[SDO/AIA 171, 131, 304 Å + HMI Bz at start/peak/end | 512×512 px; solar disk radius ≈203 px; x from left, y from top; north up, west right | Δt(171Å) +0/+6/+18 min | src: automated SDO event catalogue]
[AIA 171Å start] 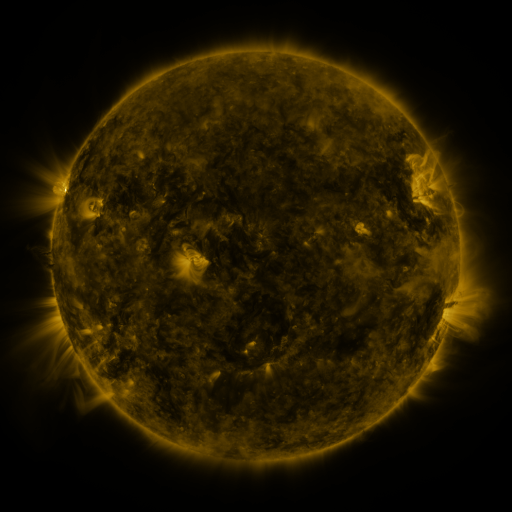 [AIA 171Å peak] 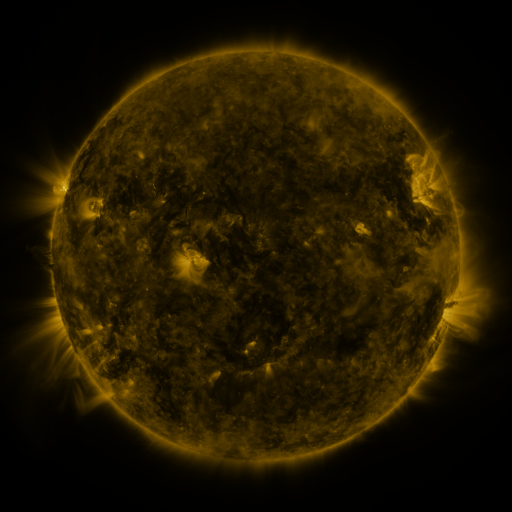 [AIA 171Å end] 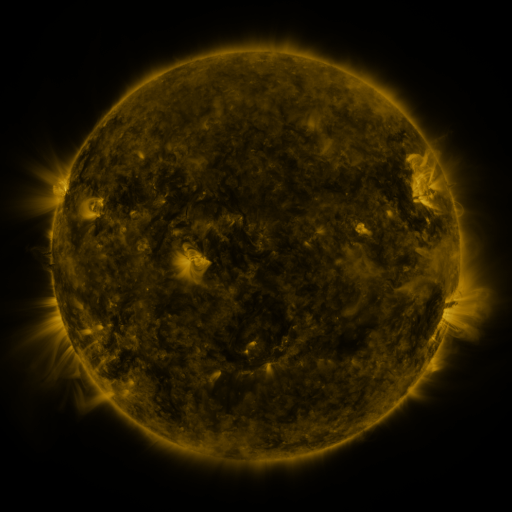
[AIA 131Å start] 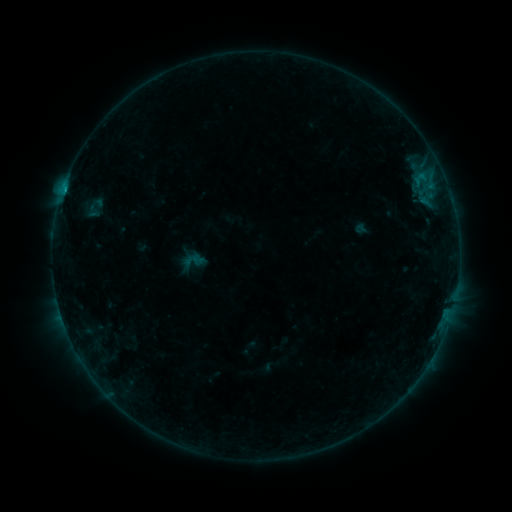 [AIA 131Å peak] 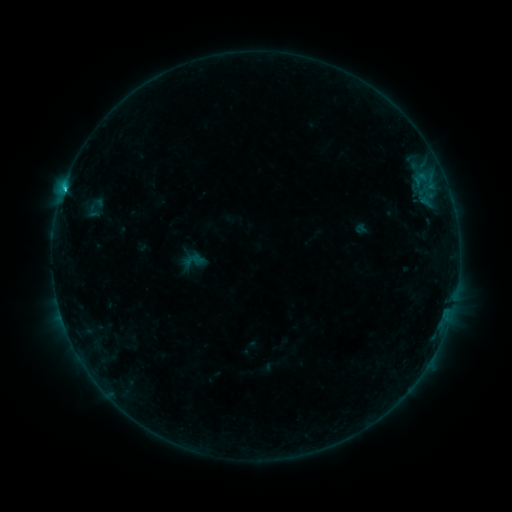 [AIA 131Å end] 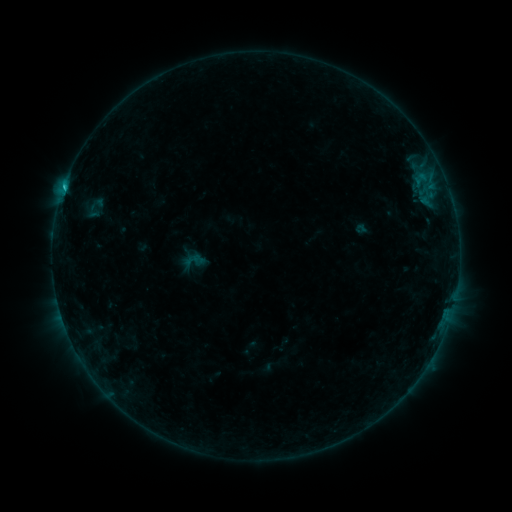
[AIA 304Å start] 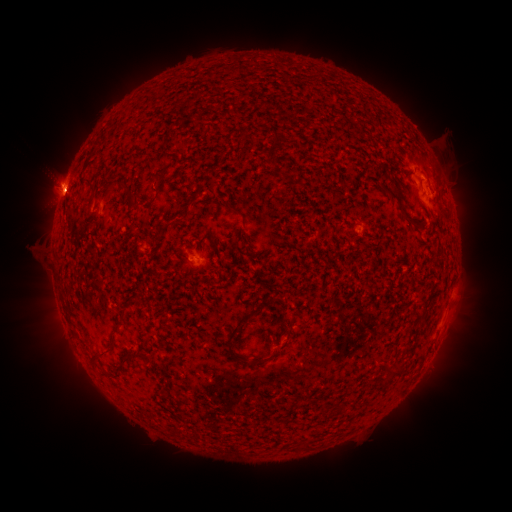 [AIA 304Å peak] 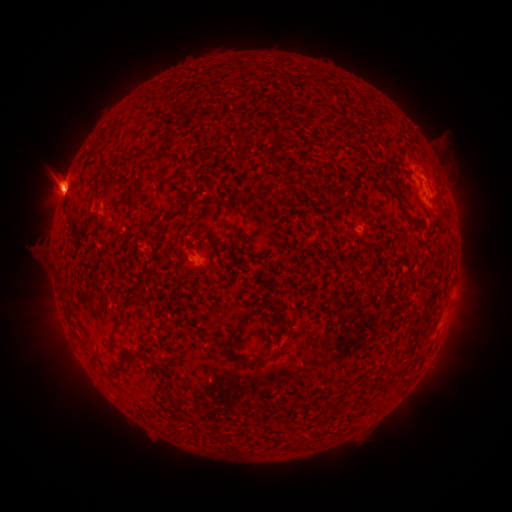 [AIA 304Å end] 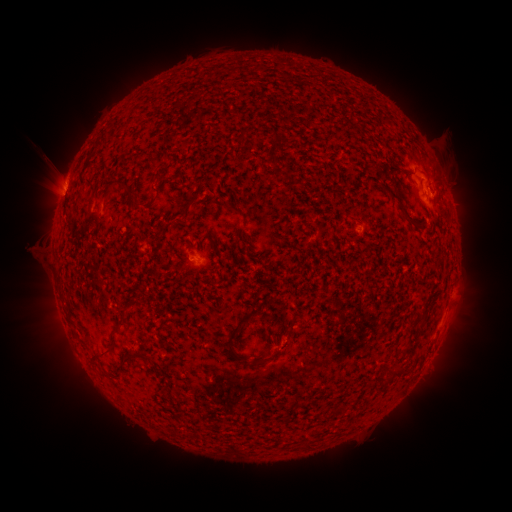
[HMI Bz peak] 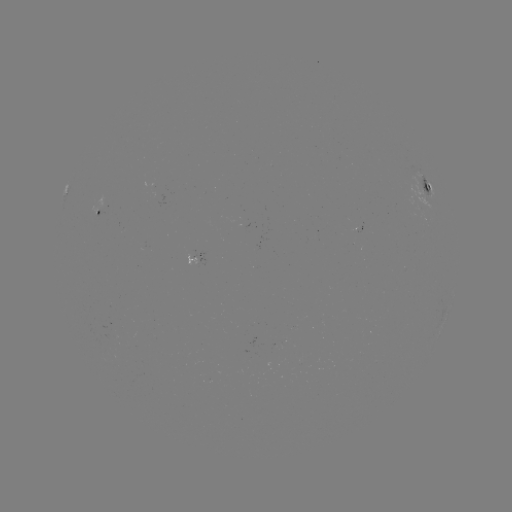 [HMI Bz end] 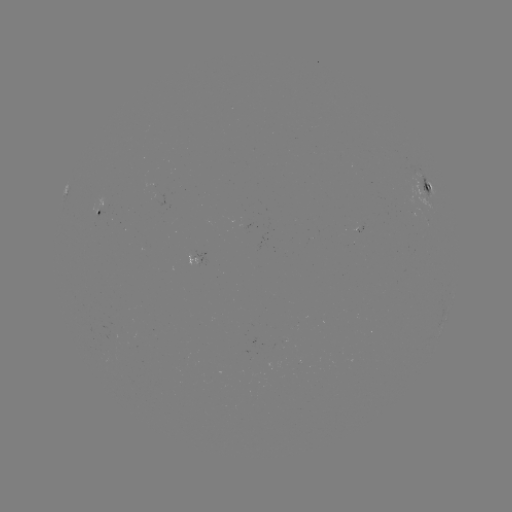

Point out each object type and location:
C1.0 flare: (410, 182)
